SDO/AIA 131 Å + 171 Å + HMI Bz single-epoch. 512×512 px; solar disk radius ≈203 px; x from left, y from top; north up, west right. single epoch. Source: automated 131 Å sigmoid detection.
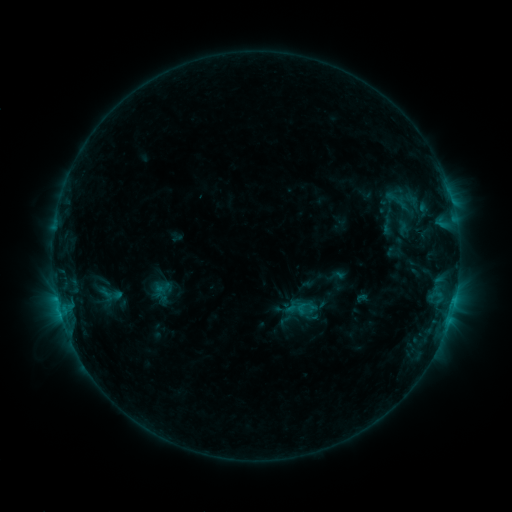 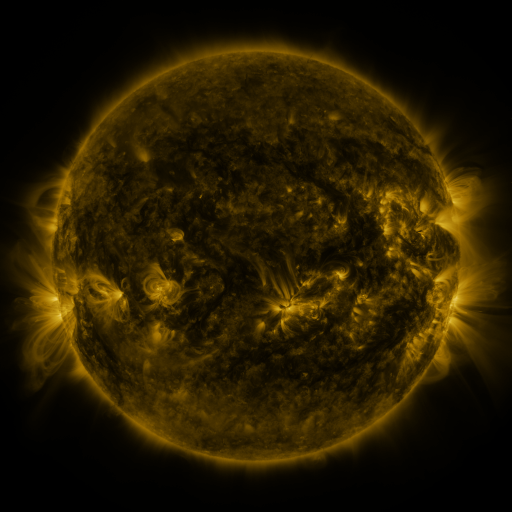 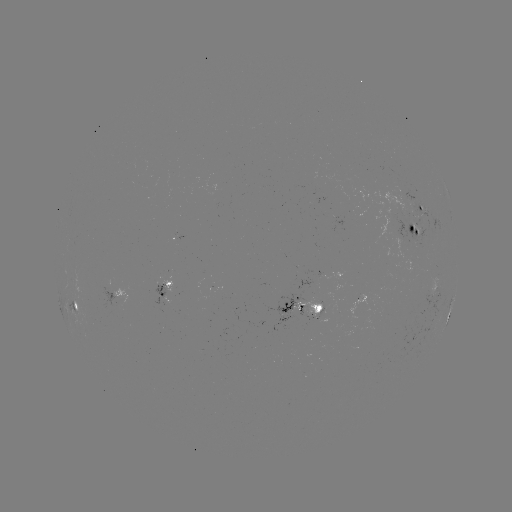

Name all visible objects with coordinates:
sigmoid: (375, 214, 400, 236)
sigmoid: (153, 279, 173, 296)
